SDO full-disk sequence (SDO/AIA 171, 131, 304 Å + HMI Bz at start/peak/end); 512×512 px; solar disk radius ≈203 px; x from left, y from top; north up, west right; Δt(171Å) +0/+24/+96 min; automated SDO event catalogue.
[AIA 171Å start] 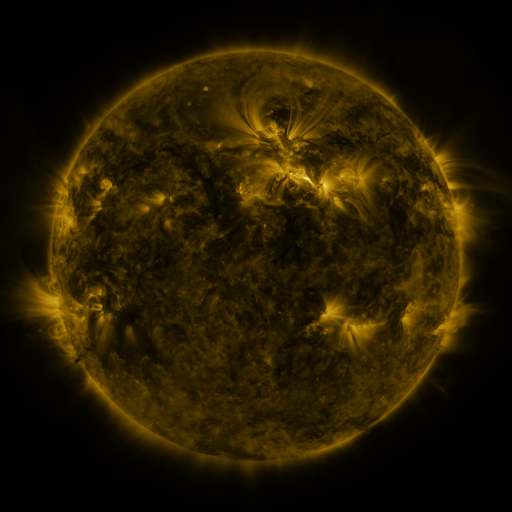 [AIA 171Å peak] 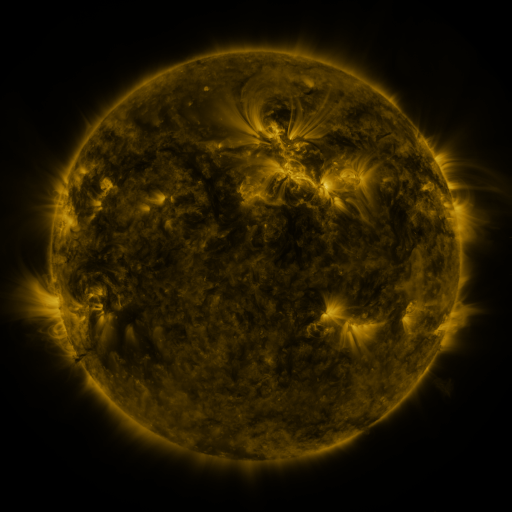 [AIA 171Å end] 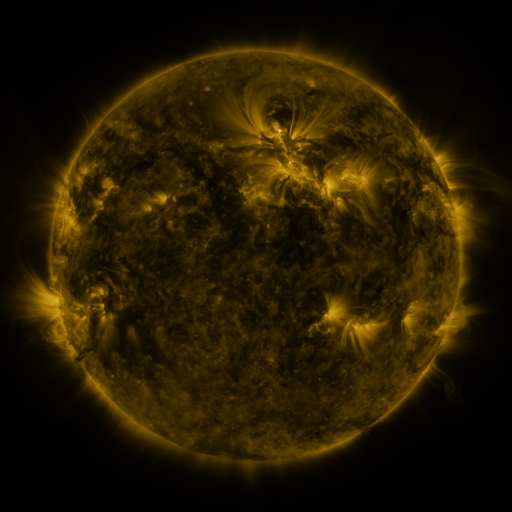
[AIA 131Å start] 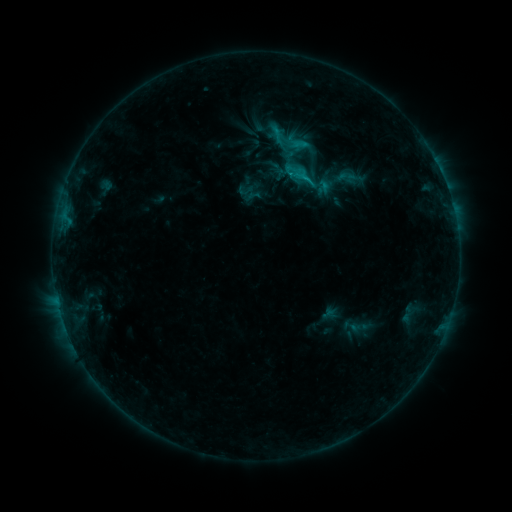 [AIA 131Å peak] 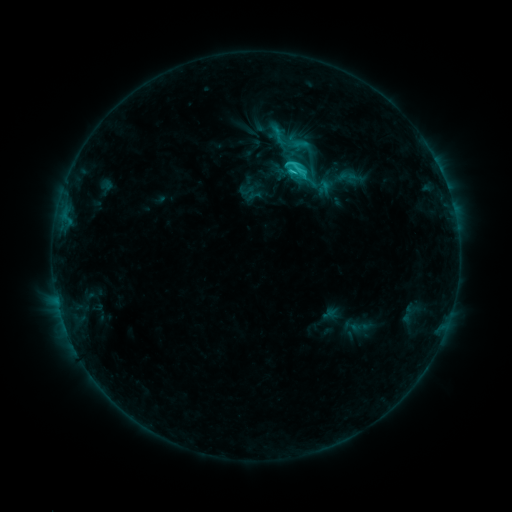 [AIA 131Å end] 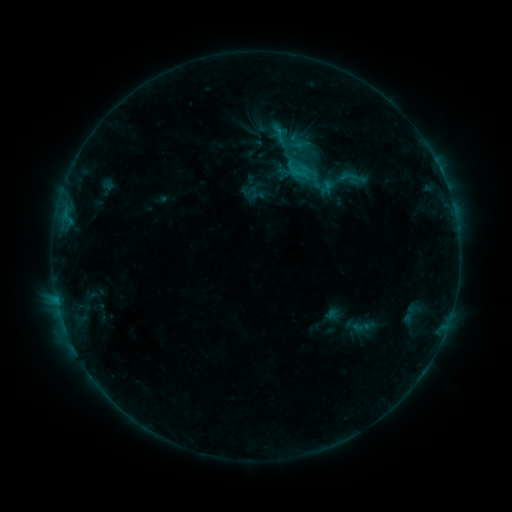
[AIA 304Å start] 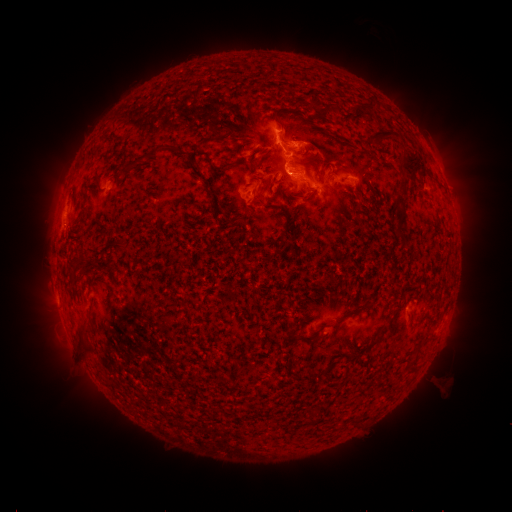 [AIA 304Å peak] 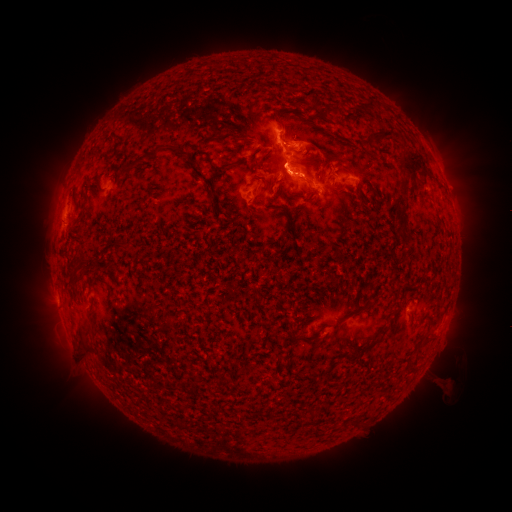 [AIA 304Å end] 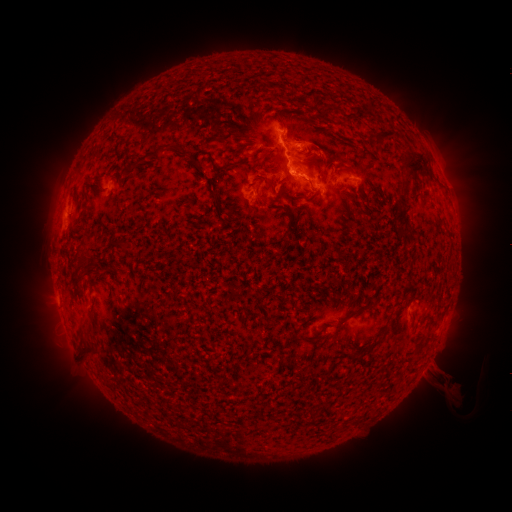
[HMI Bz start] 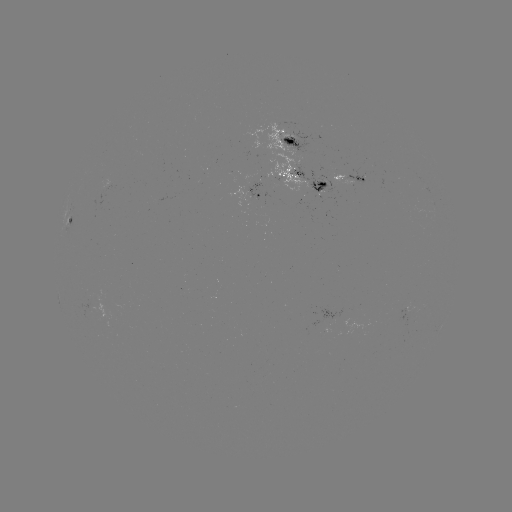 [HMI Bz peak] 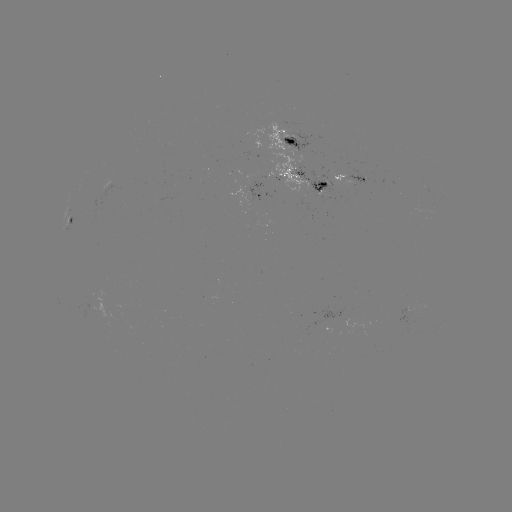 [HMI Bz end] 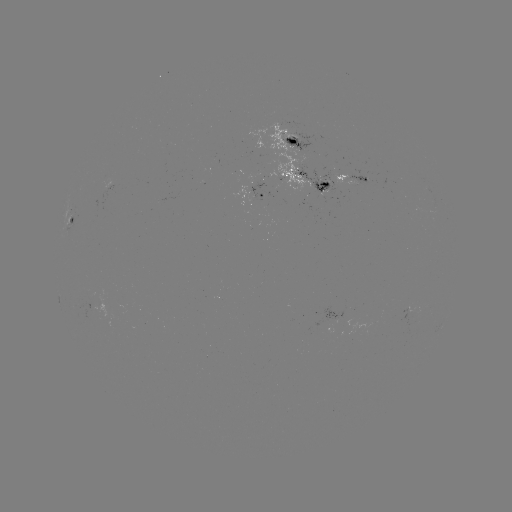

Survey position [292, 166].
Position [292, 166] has C3.4 flare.